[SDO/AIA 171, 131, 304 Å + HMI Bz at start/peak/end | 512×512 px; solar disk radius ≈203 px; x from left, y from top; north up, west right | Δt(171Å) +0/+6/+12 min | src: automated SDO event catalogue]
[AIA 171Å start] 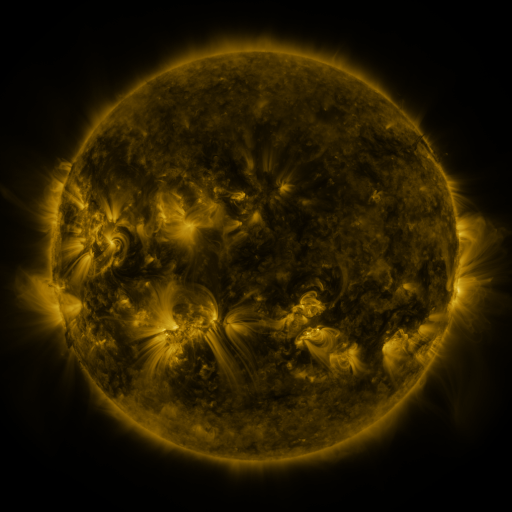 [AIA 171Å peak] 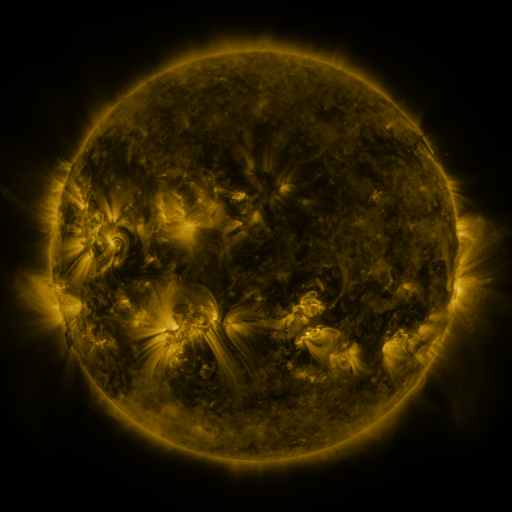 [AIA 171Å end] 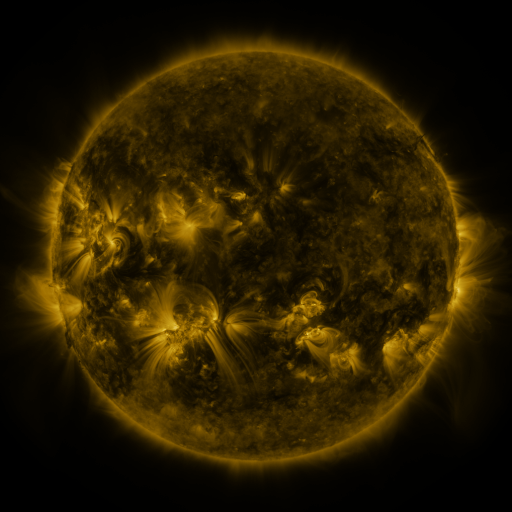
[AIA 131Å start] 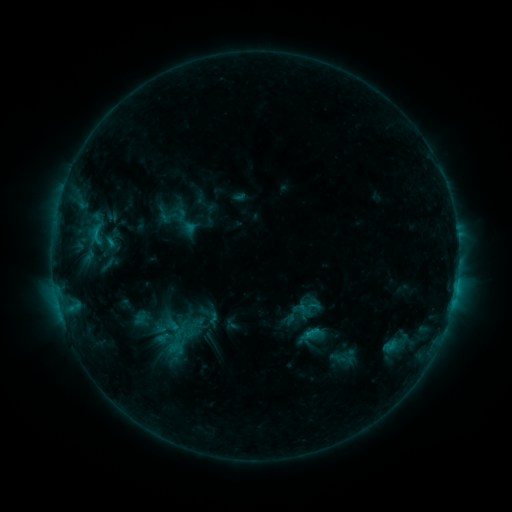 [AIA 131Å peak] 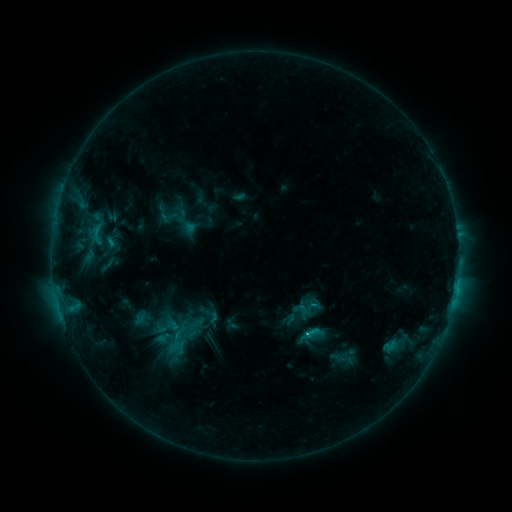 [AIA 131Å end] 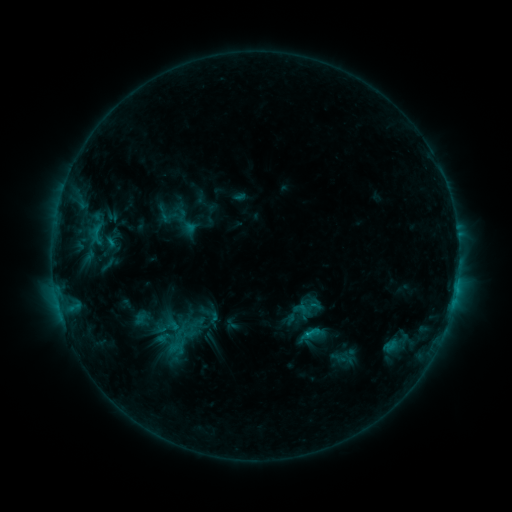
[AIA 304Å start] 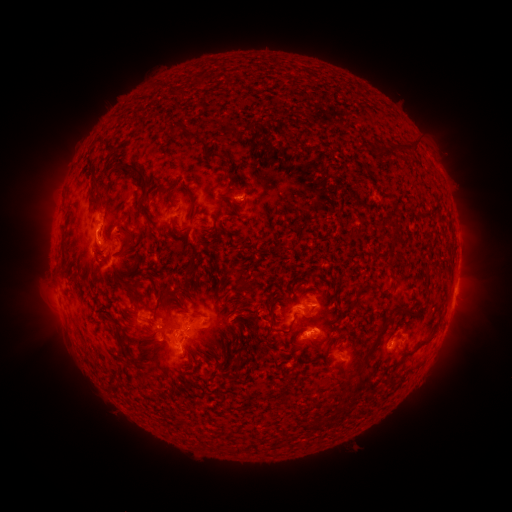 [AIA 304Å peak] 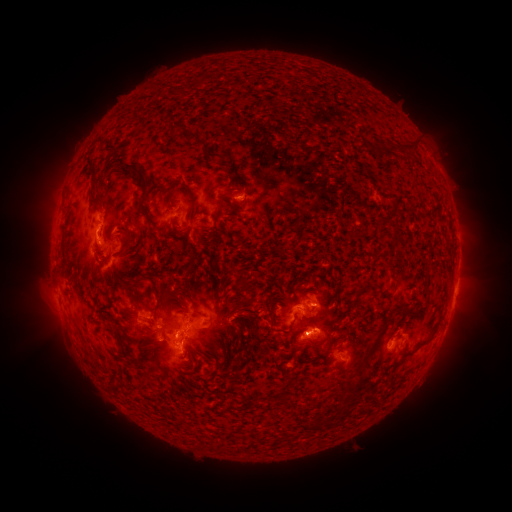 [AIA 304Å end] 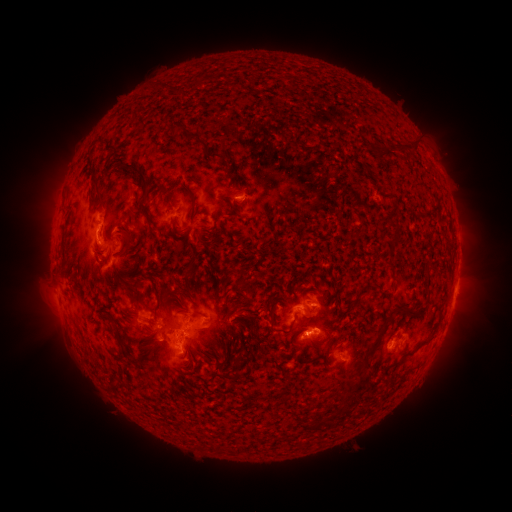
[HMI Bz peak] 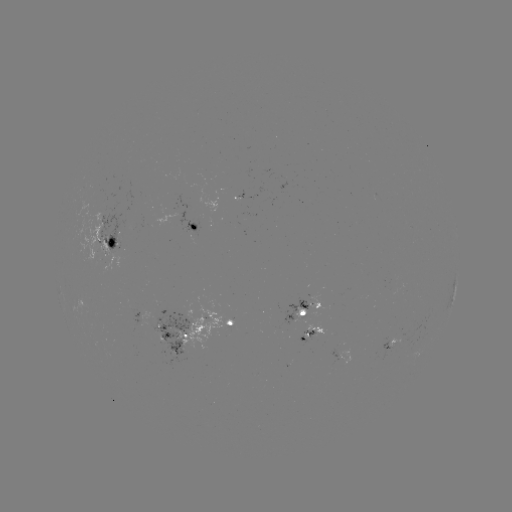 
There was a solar flare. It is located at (178, 334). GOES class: C1.6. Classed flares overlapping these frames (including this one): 1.